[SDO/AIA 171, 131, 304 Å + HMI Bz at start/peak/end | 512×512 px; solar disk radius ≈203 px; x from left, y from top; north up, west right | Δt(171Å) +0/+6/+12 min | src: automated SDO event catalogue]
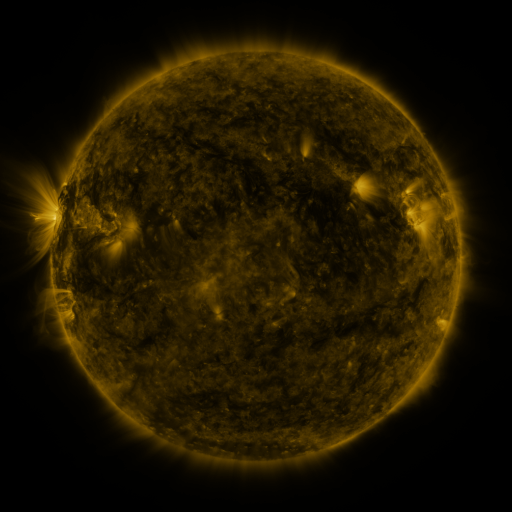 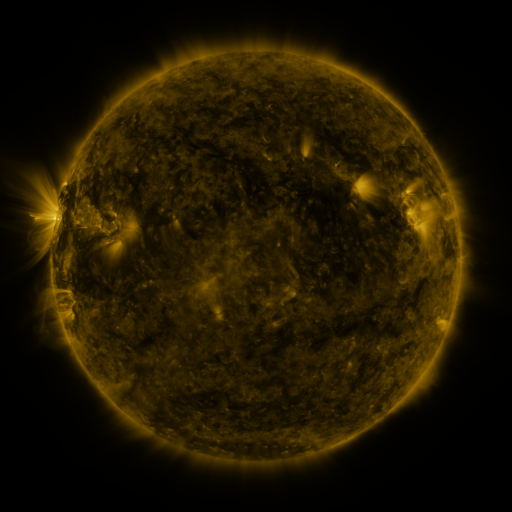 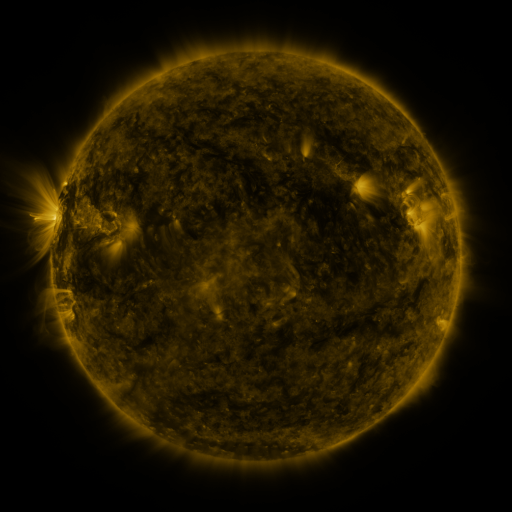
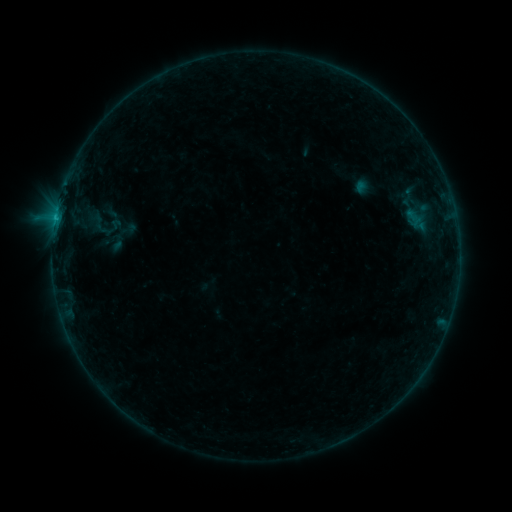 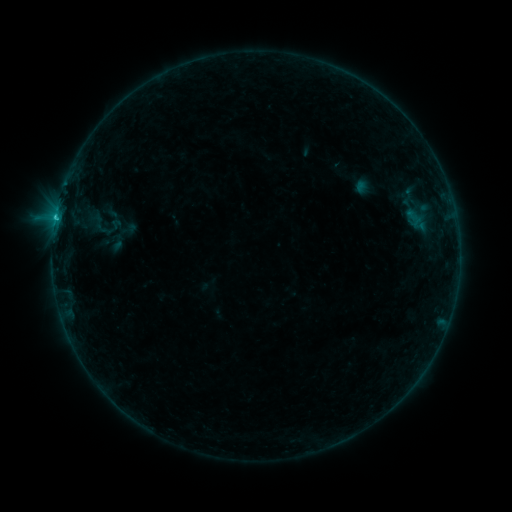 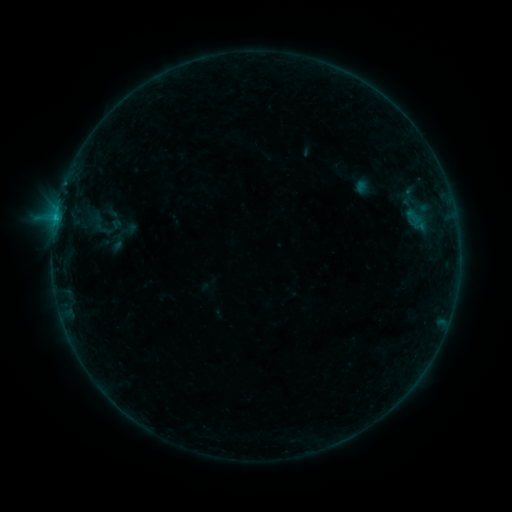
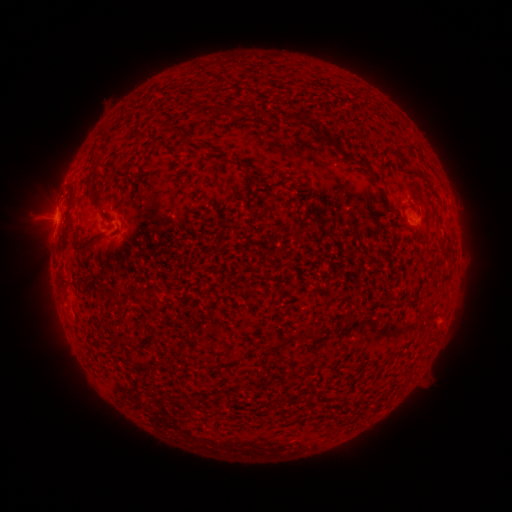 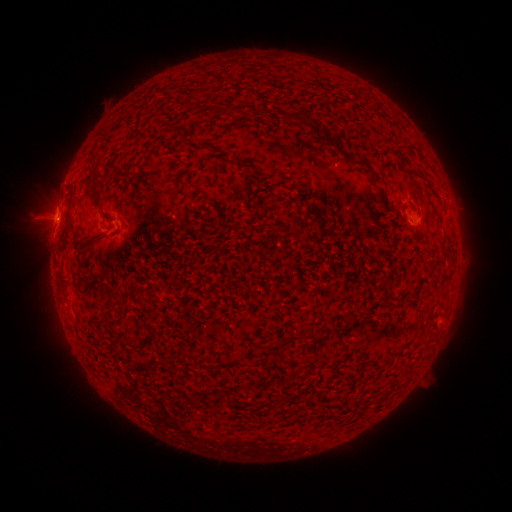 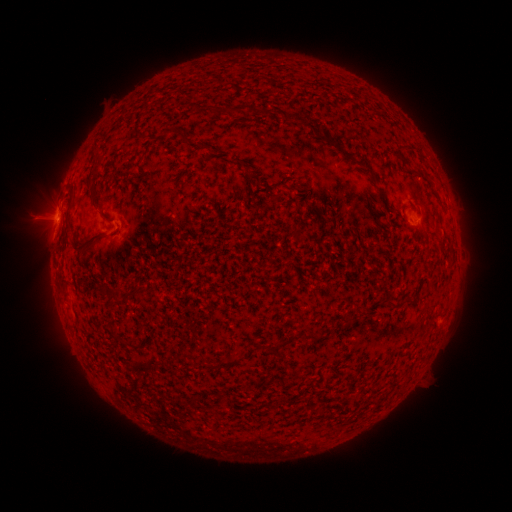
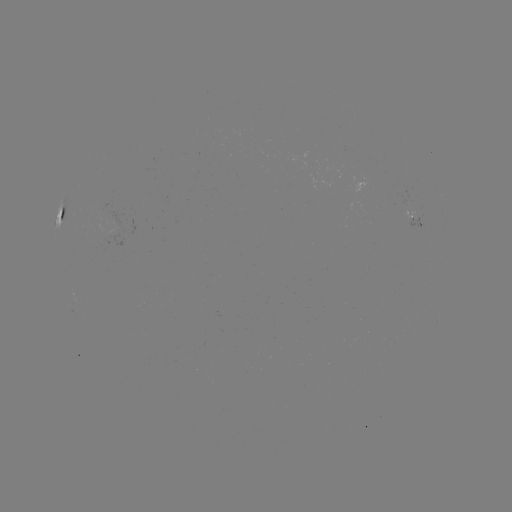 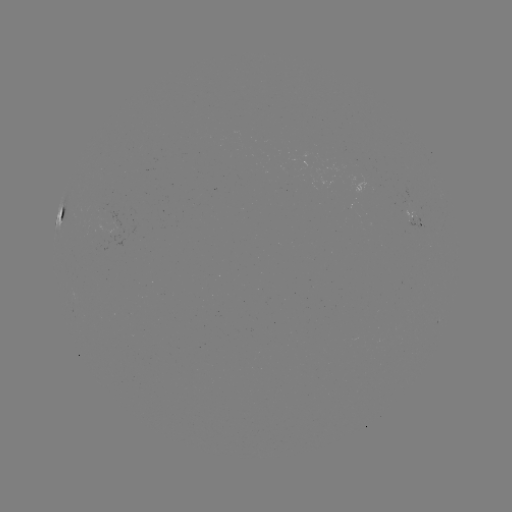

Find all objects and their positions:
B7.2 flare: (56, 219)
